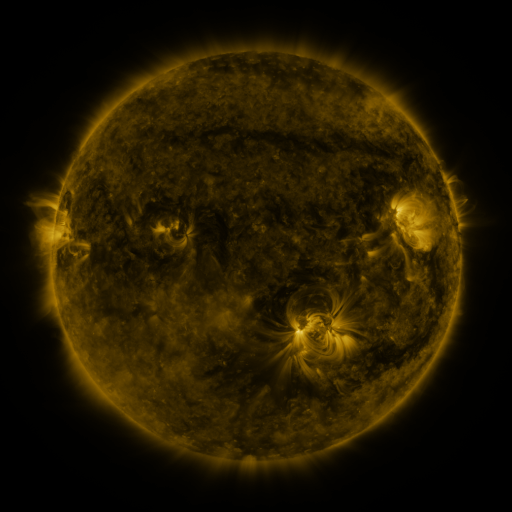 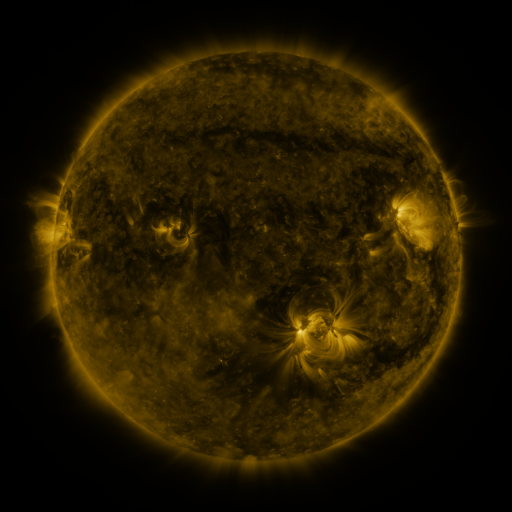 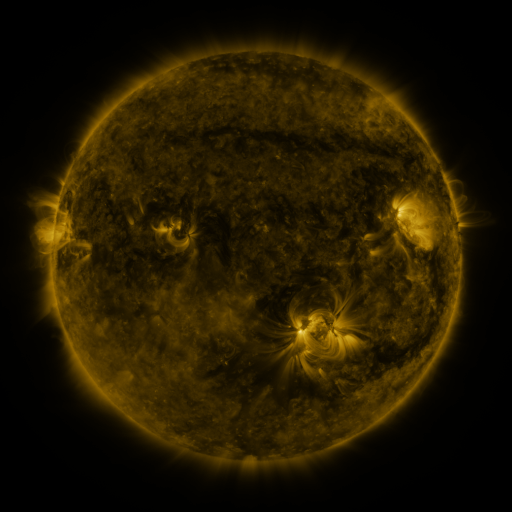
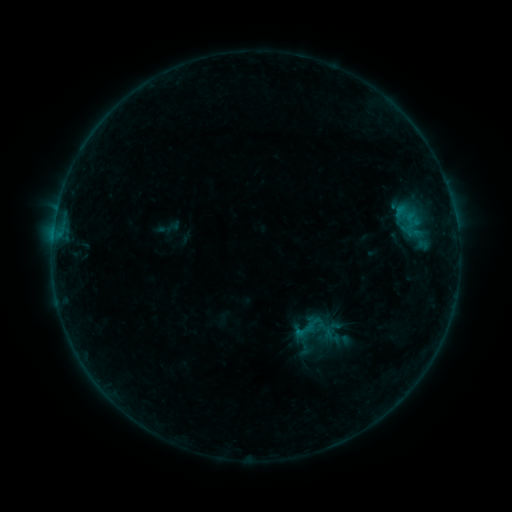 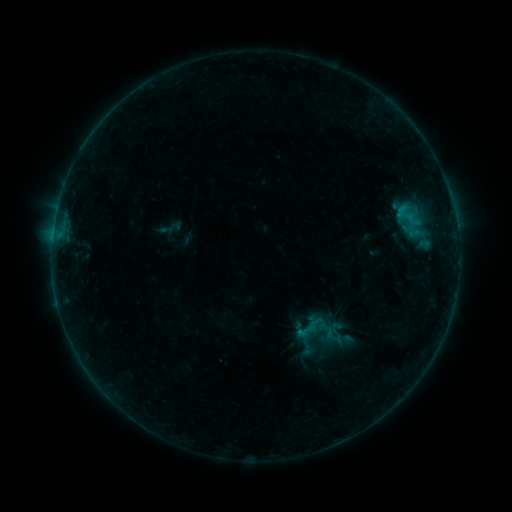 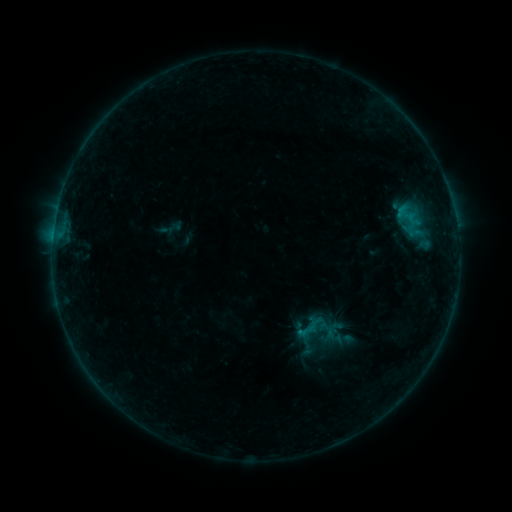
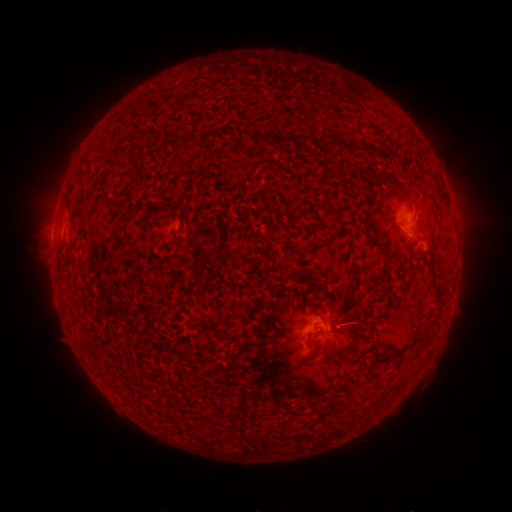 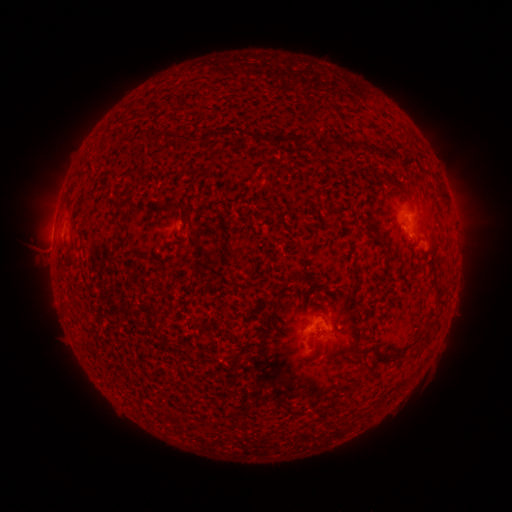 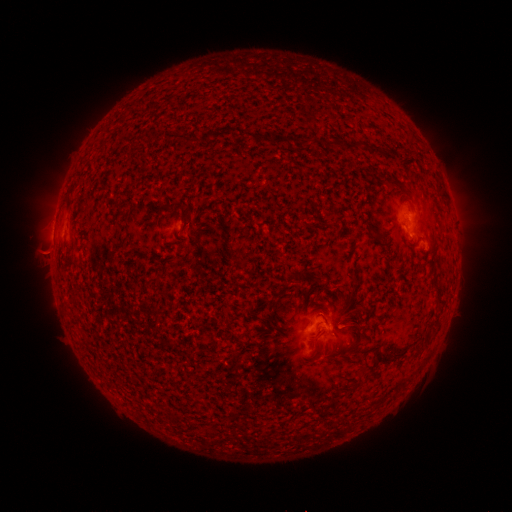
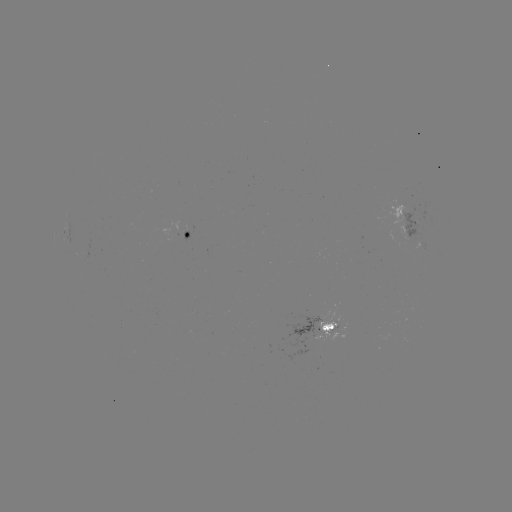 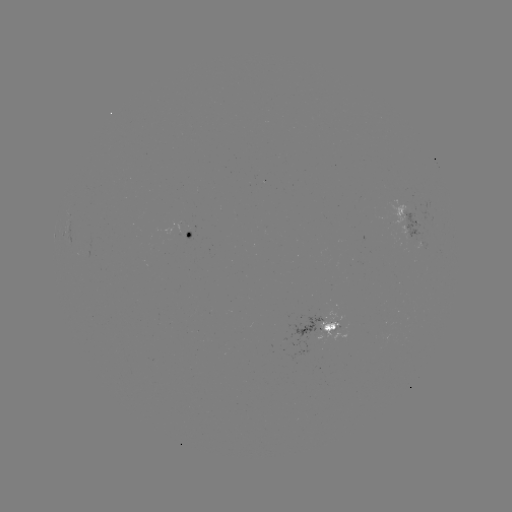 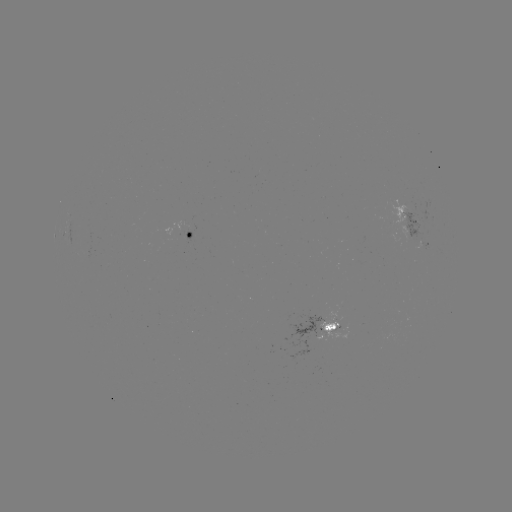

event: emerging-flux region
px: (185, 226)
